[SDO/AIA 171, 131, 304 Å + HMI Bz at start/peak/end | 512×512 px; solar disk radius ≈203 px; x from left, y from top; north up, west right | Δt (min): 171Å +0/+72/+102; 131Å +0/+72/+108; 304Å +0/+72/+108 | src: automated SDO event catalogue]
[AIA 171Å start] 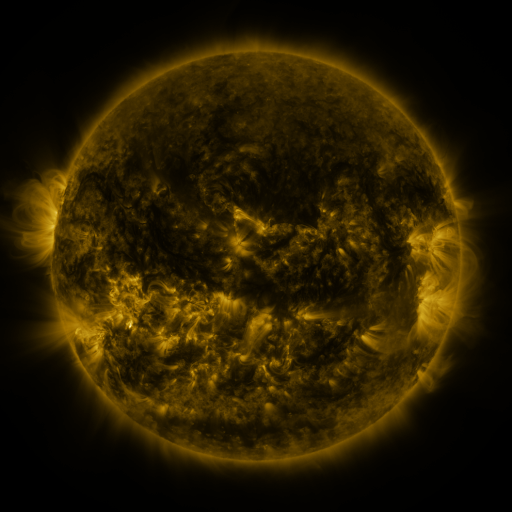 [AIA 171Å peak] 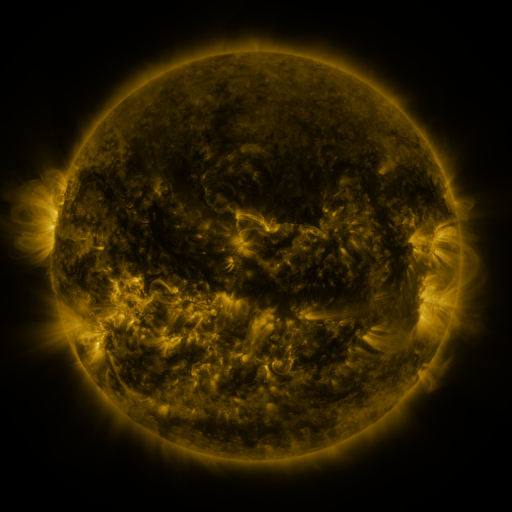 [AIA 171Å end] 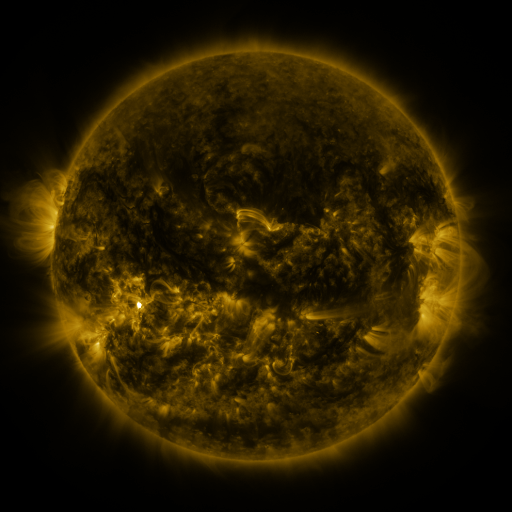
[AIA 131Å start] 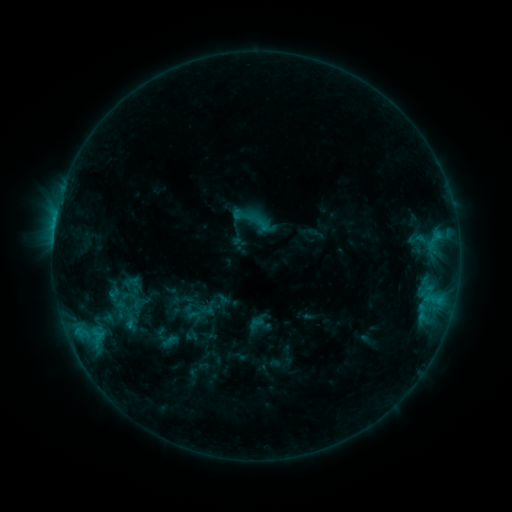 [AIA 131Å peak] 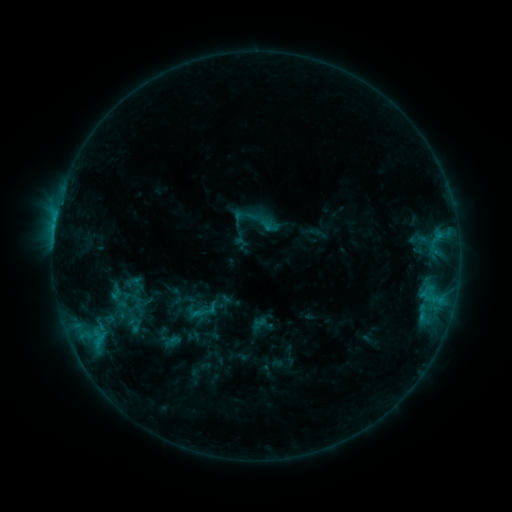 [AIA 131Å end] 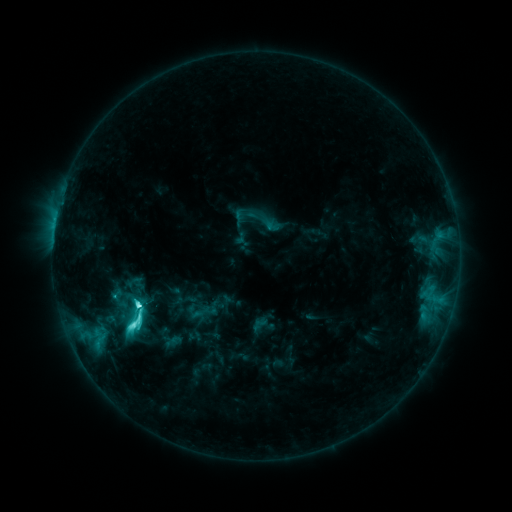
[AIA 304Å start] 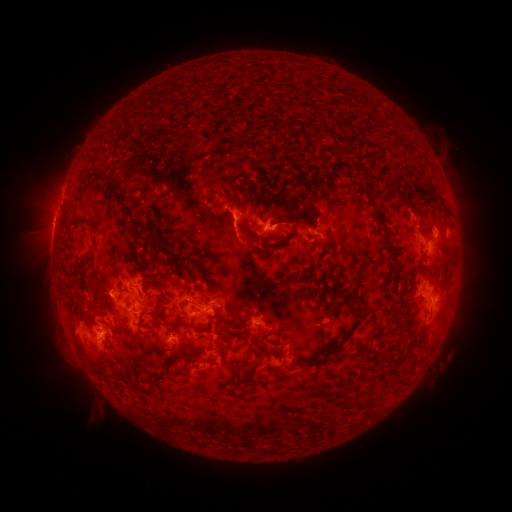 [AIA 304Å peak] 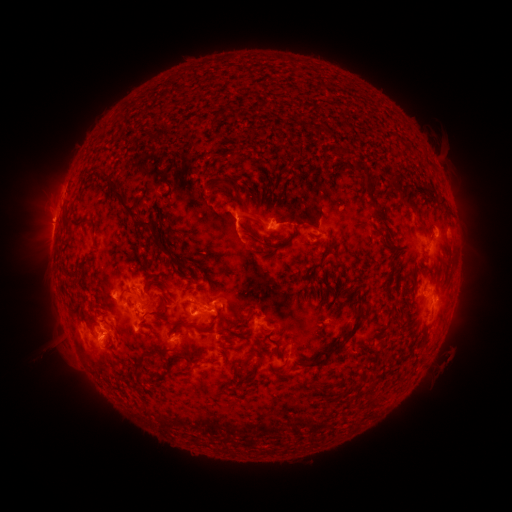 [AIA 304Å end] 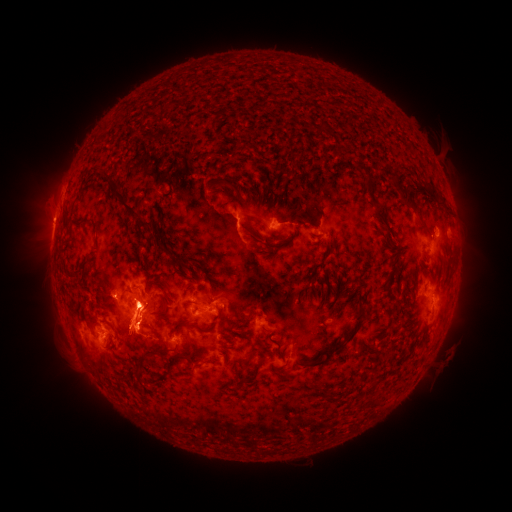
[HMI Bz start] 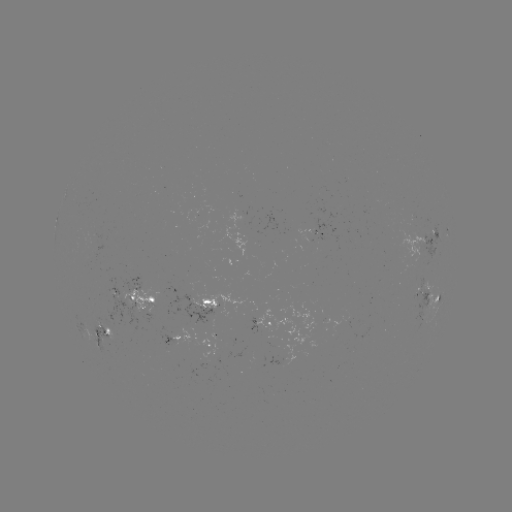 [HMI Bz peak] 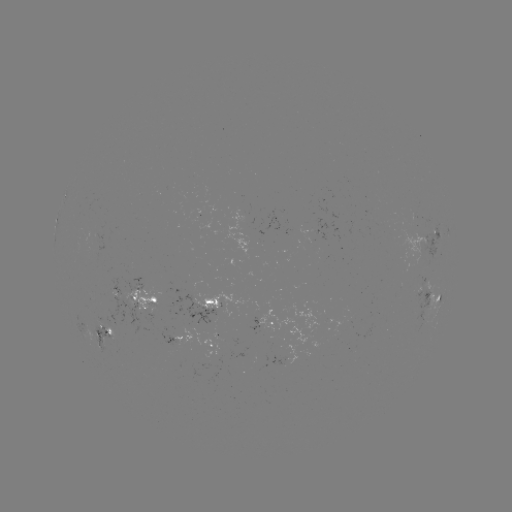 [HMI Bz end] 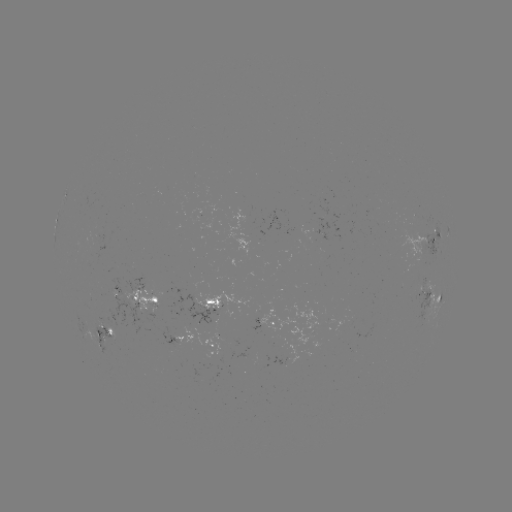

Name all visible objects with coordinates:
emerging-flux region: (247, 355)
